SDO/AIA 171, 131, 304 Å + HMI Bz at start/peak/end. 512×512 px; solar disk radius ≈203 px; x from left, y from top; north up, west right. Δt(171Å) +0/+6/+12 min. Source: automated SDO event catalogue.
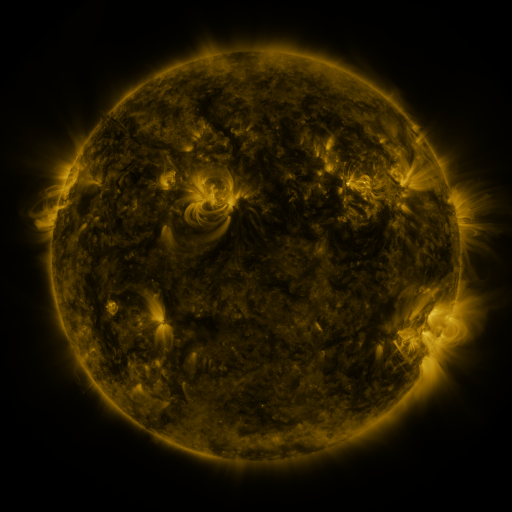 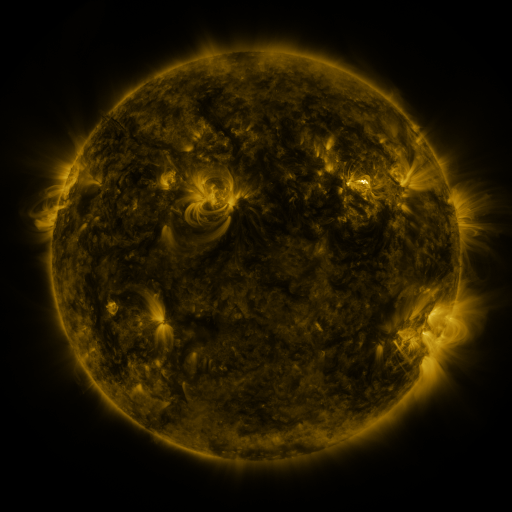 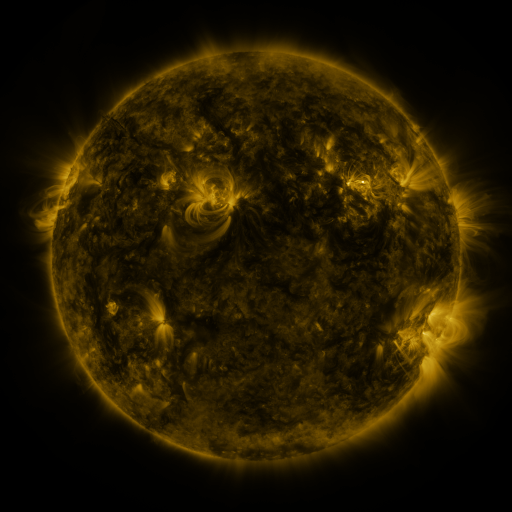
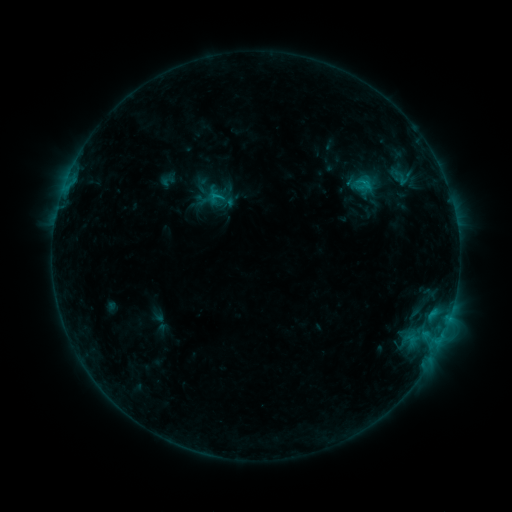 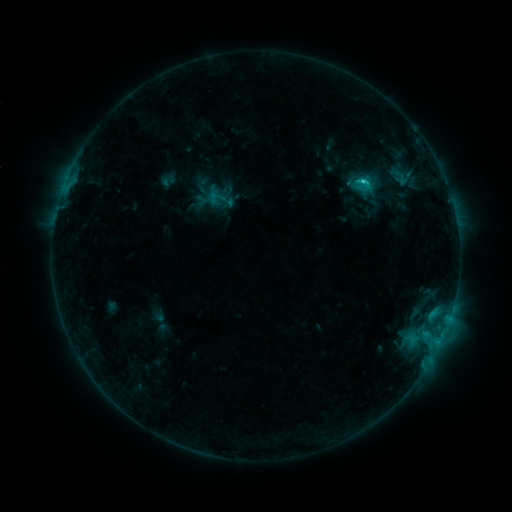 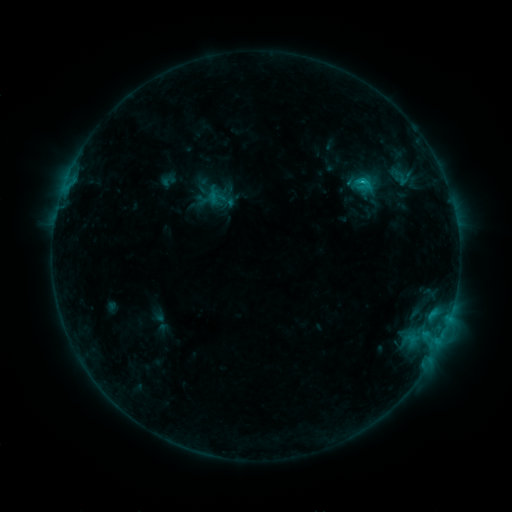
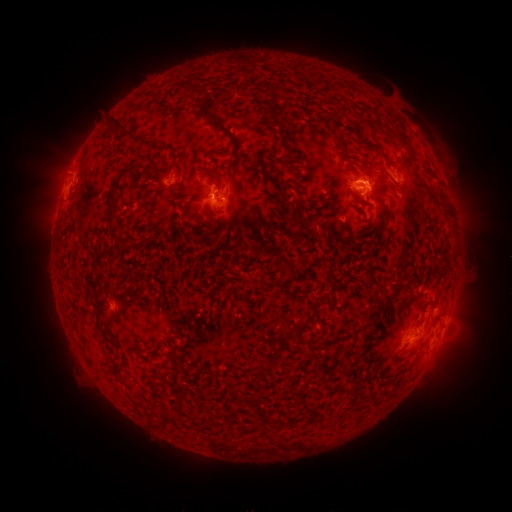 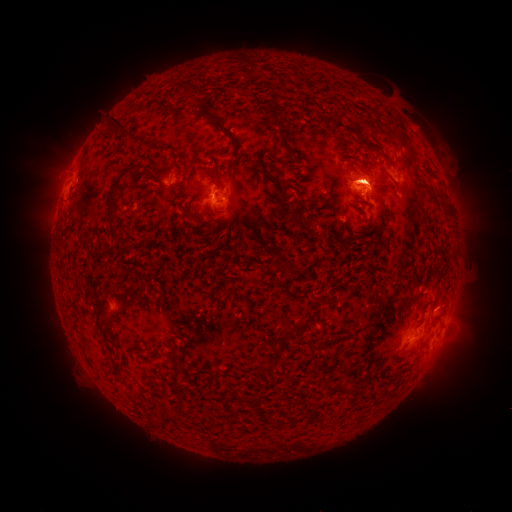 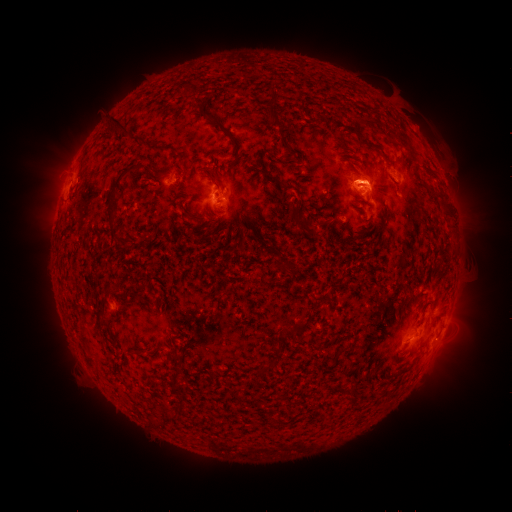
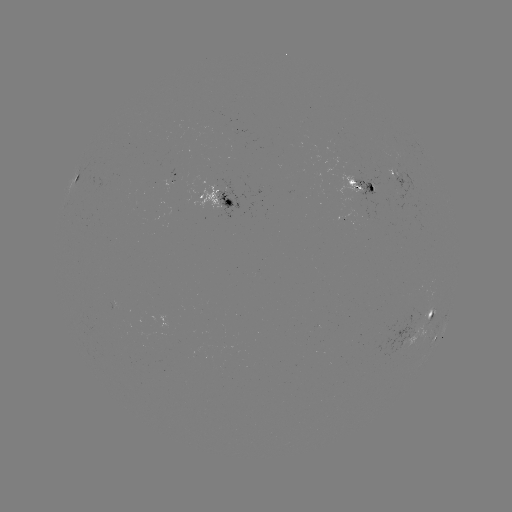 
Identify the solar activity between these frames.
C1.9 flare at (361, 182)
